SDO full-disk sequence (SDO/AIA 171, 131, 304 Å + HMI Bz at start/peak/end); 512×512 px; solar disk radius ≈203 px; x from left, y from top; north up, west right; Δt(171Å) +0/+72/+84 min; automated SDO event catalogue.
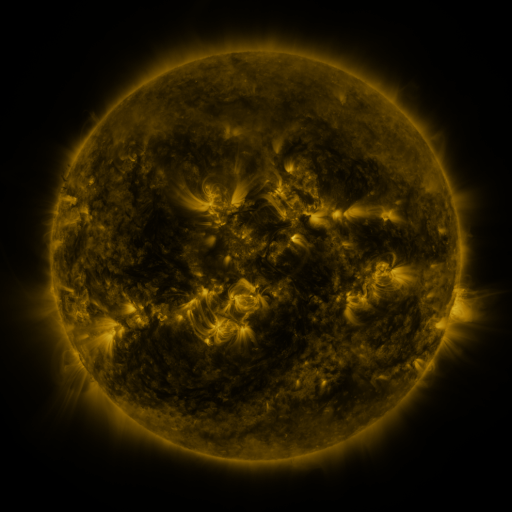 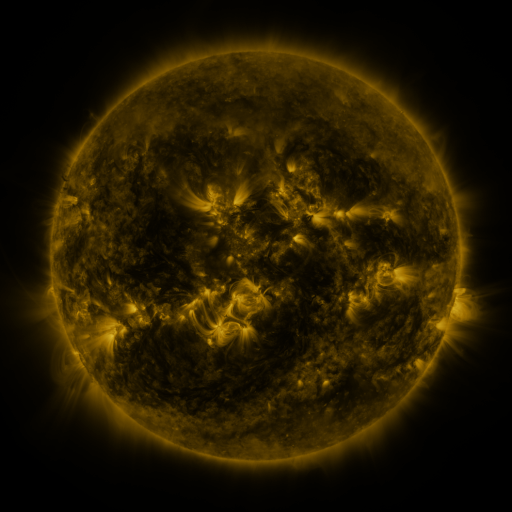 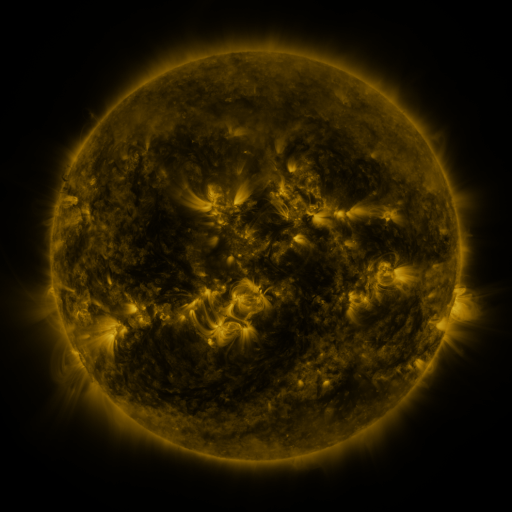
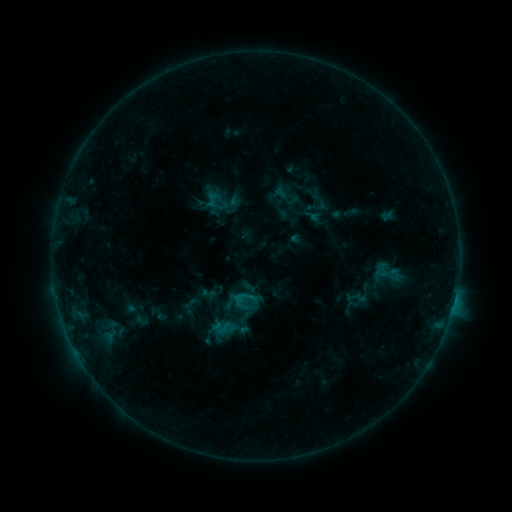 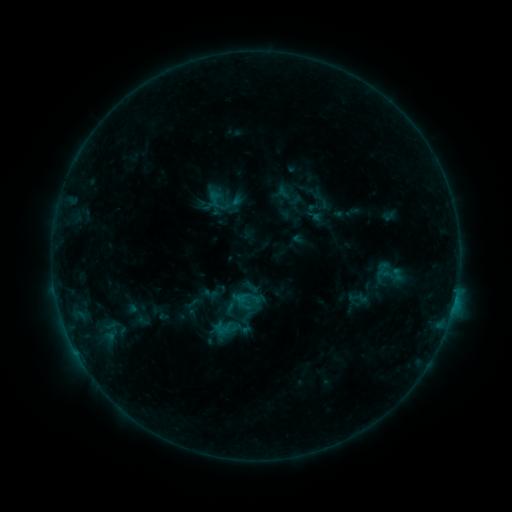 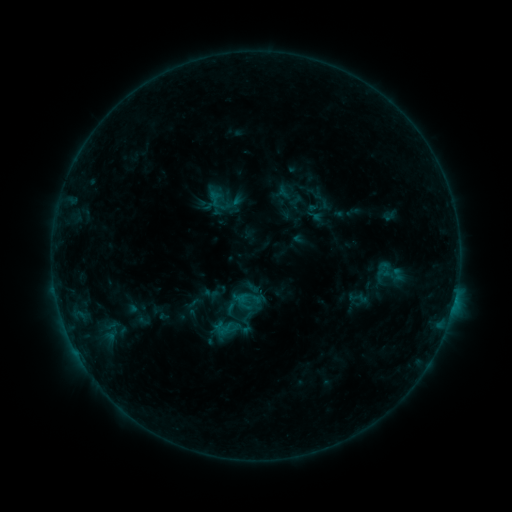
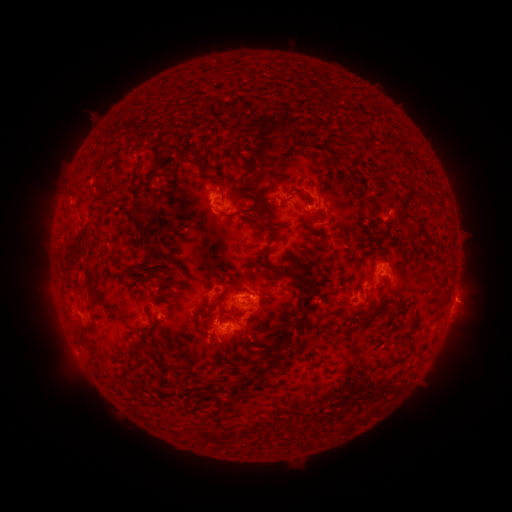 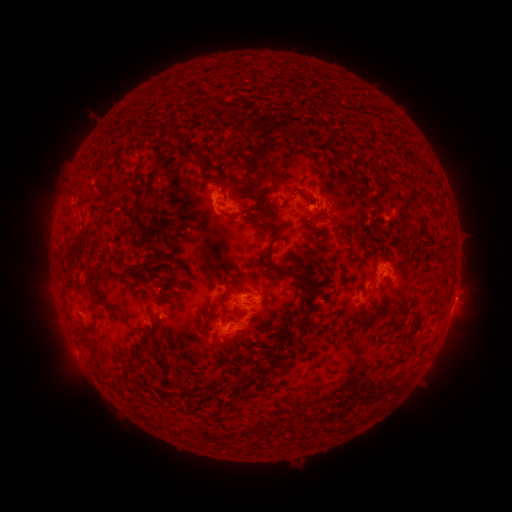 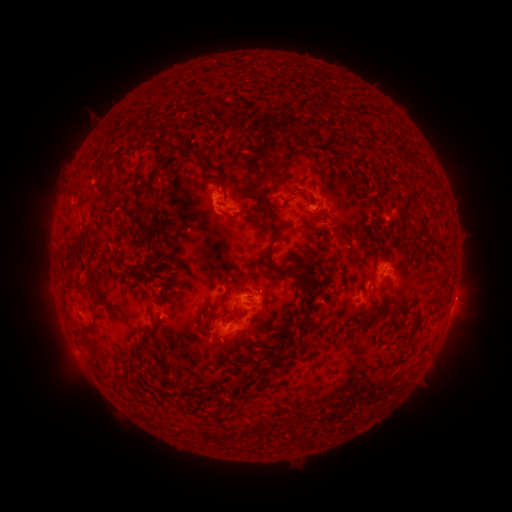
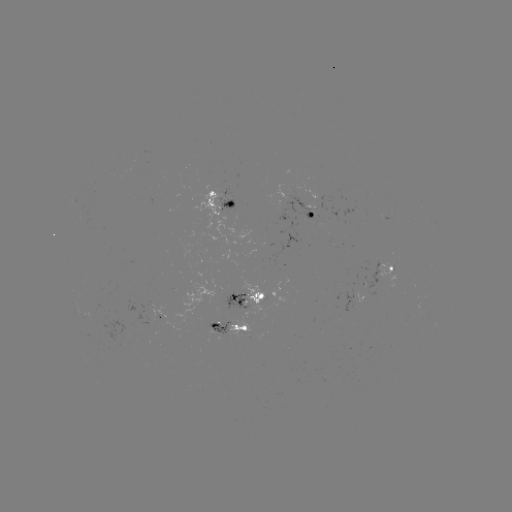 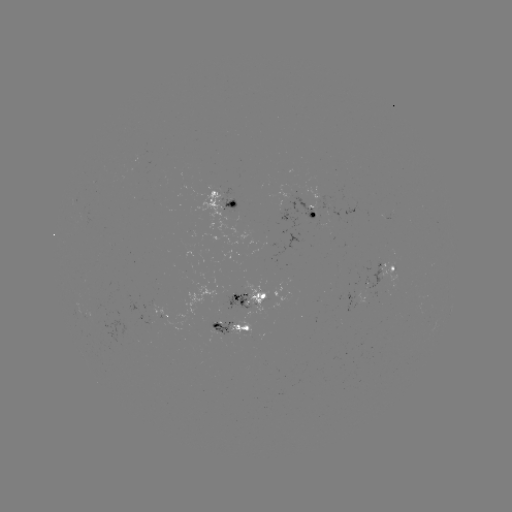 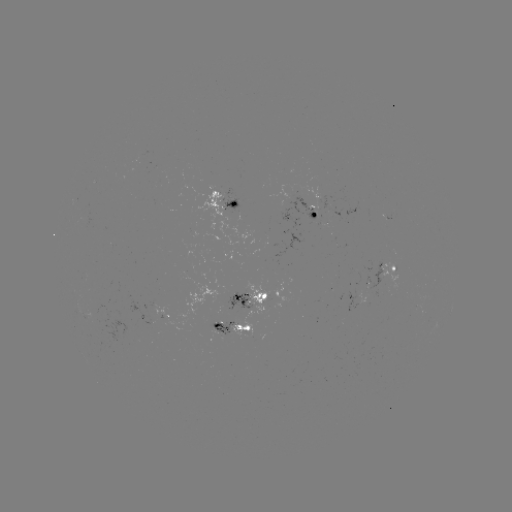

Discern emerging-flux region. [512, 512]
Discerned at (217, 324).